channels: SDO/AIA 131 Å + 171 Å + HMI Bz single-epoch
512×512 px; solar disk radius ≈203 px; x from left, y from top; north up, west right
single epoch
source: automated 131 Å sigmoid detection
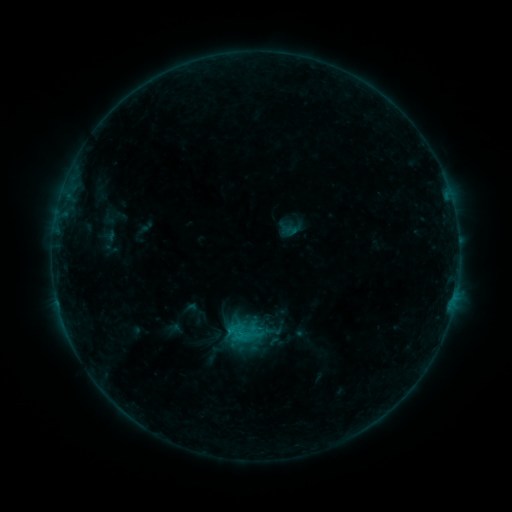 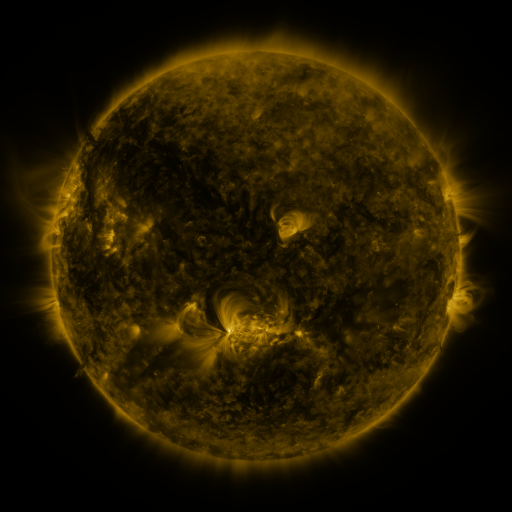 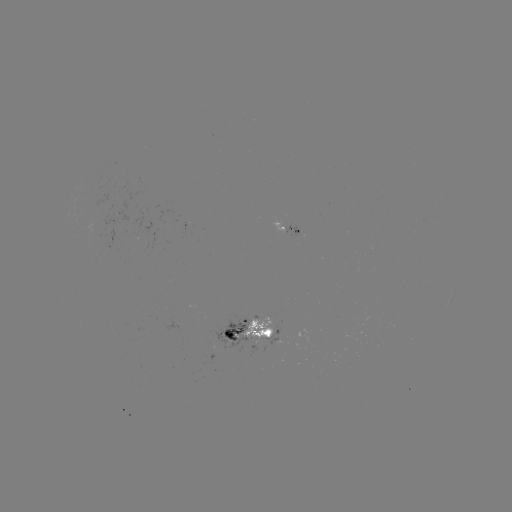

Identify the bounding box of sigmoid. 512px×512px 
[237, 341, 257, 361].